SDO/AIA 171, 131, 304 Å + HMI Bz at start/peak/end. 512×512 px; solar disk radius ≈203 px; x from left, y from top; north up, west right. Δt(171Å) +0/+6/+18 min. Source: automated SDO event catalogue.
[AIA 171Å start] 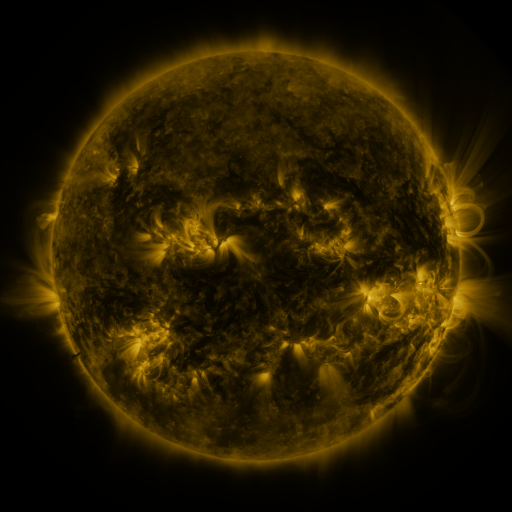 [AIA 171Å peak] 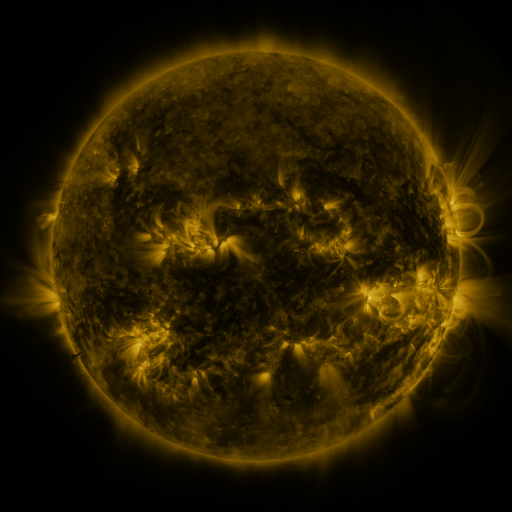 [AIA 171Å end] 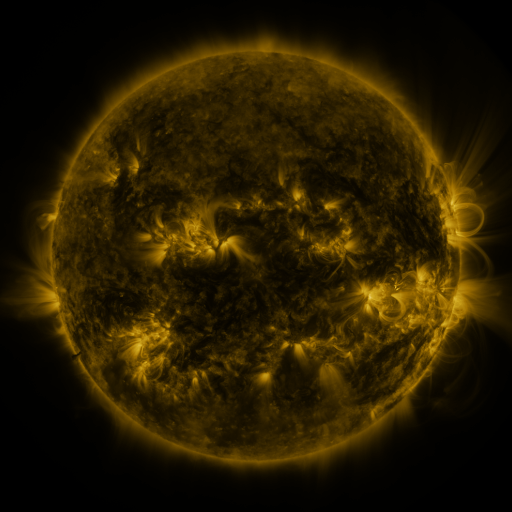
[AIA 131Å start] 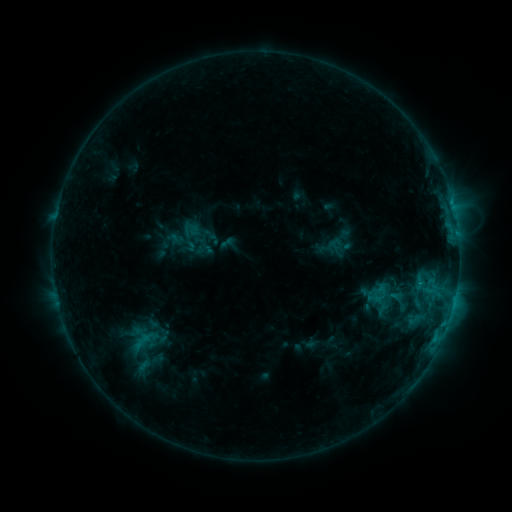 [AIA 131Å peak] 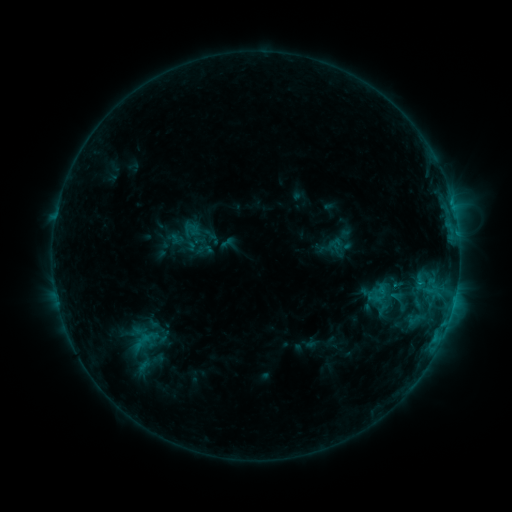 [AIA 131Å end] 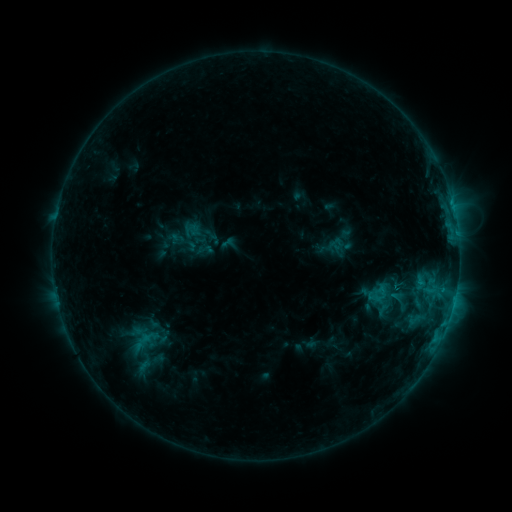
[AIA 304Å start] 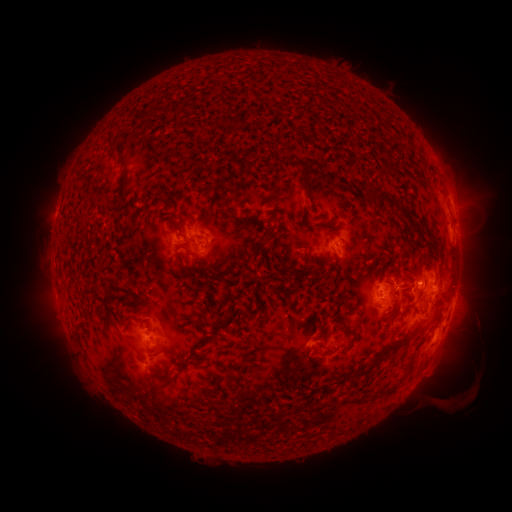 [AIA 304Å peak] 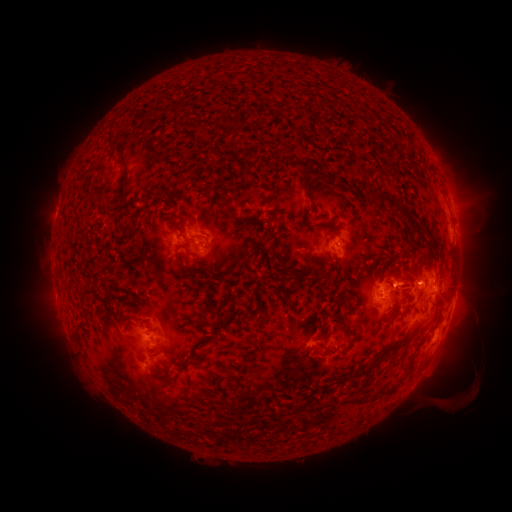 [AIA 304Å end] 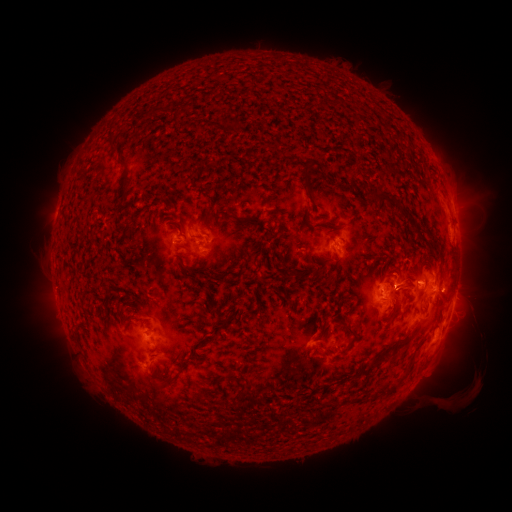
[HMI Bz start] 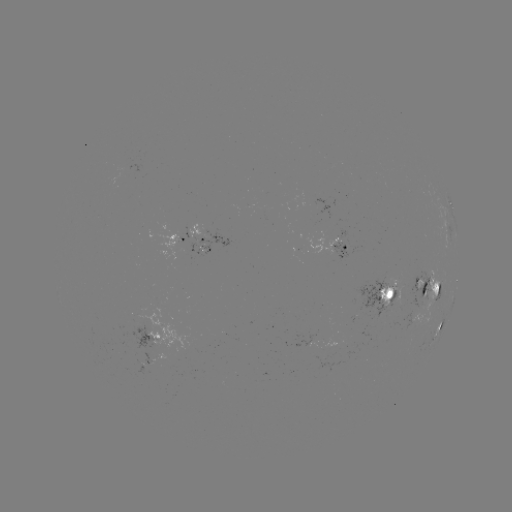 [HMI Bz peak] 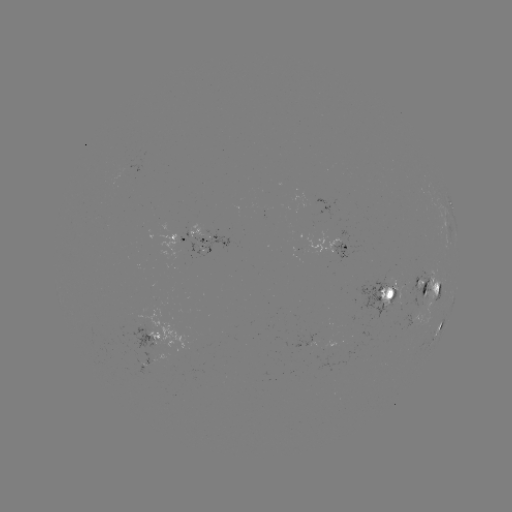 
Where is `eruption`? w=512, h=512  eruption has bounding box [380, 250, 417, 293].